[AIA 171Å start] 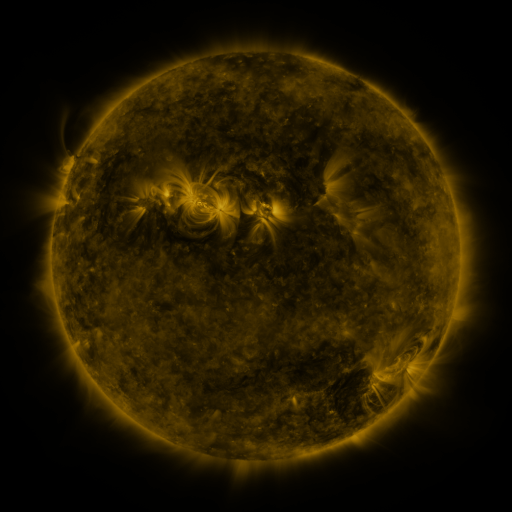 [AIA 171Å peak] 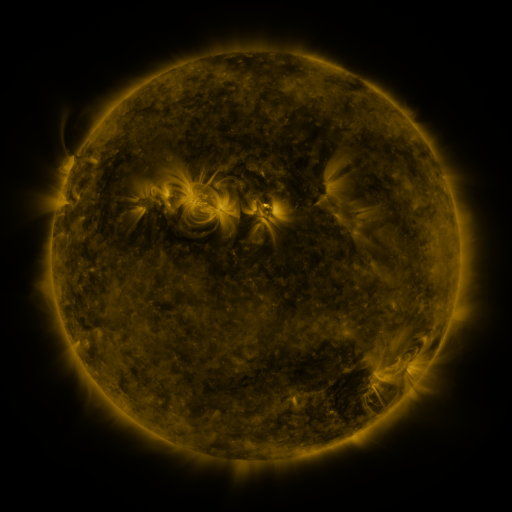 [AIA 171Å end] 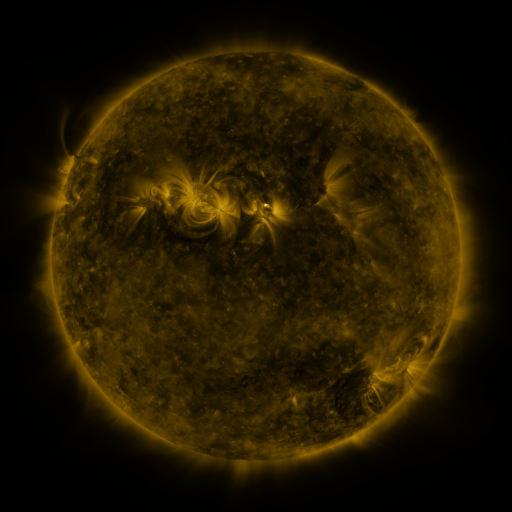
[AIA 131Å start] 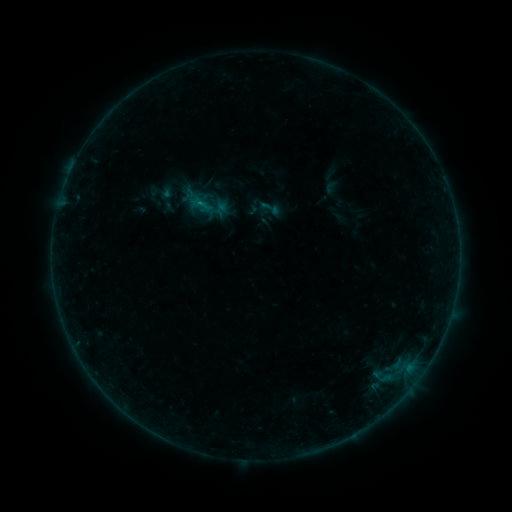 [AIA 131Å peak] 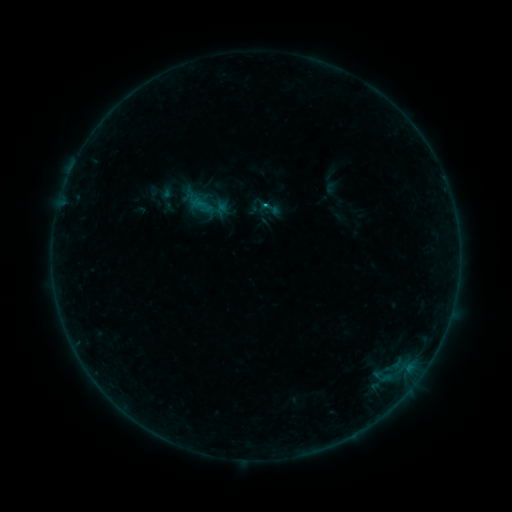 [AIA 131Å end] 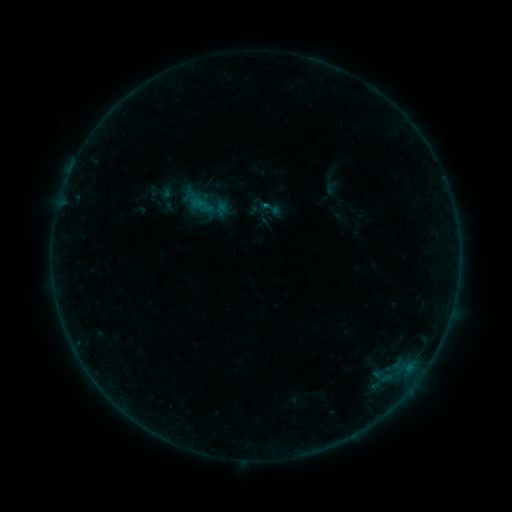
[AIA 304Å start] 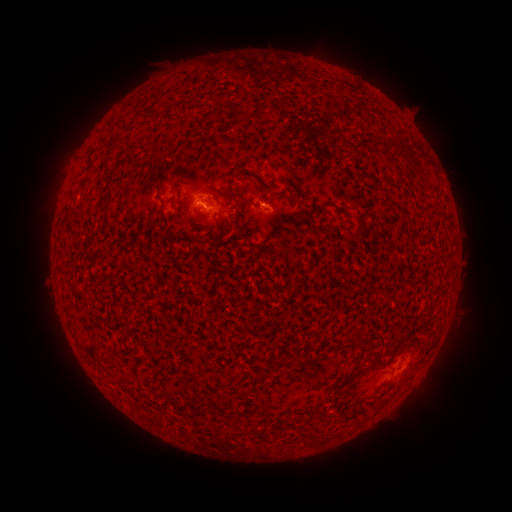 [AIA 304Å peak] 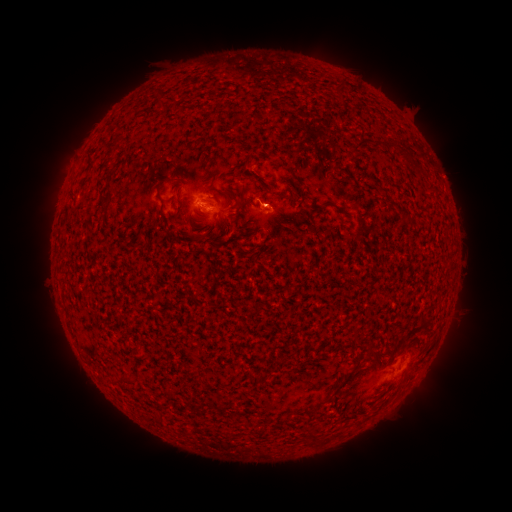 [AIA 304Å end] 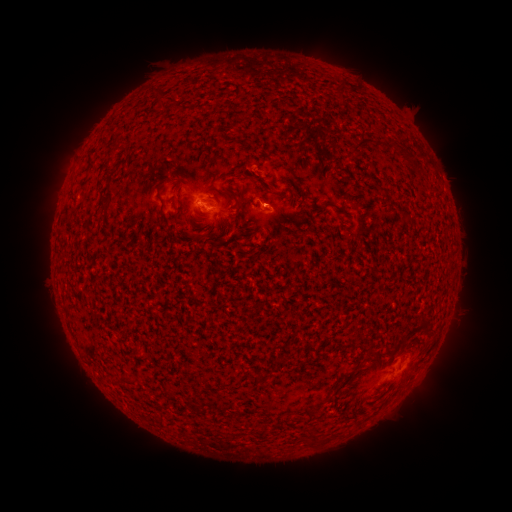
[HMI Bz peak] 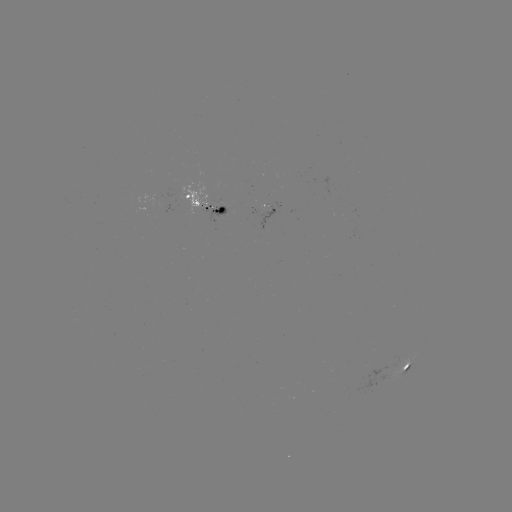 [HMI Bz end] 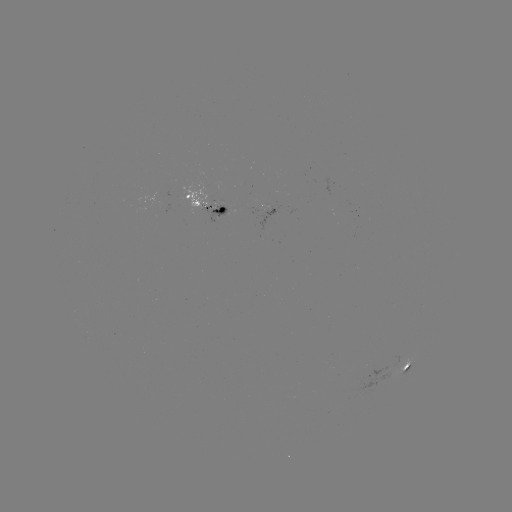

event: flare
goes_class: B3.3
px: (266, 209)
